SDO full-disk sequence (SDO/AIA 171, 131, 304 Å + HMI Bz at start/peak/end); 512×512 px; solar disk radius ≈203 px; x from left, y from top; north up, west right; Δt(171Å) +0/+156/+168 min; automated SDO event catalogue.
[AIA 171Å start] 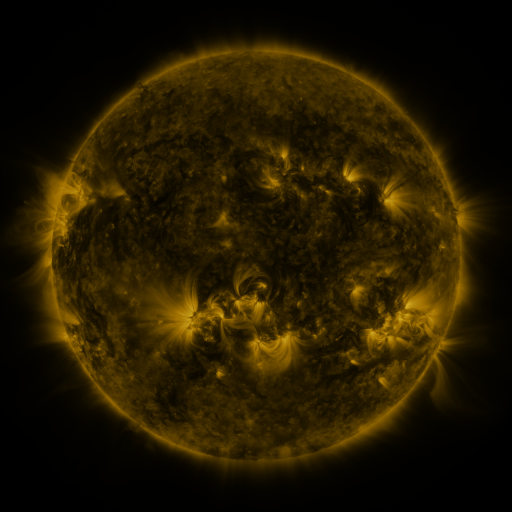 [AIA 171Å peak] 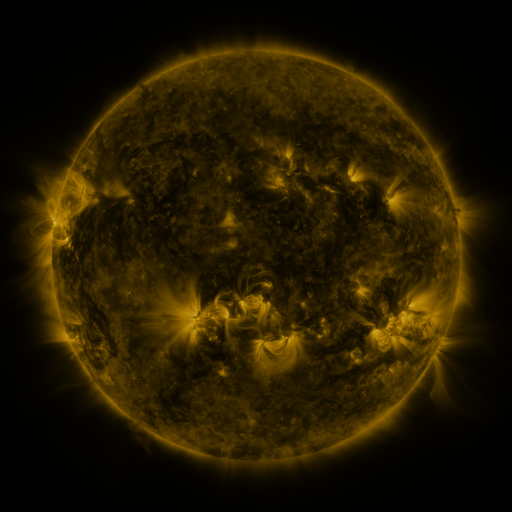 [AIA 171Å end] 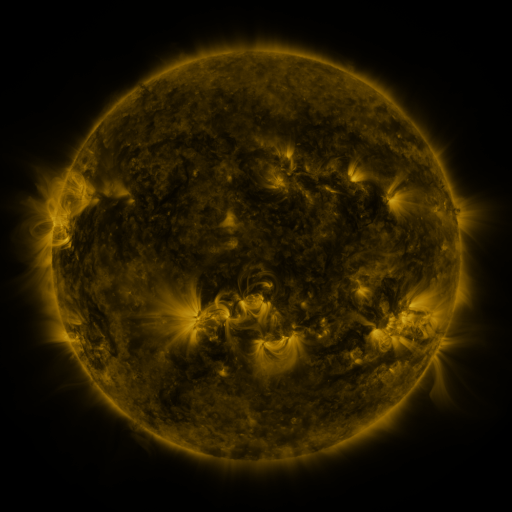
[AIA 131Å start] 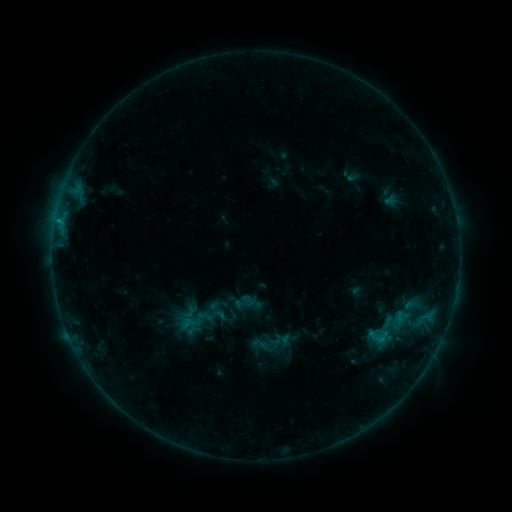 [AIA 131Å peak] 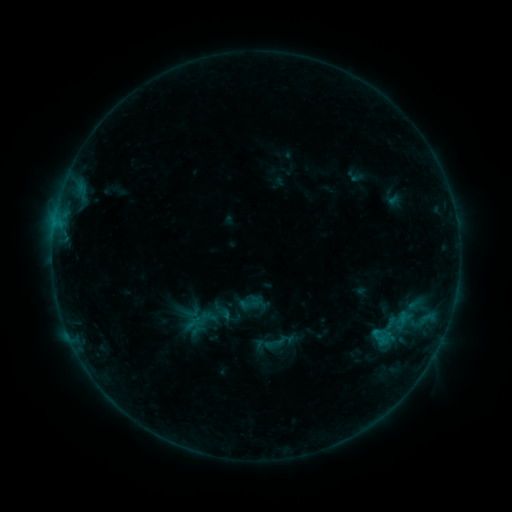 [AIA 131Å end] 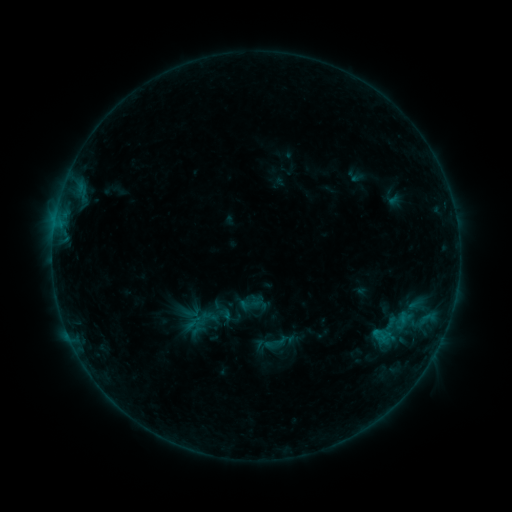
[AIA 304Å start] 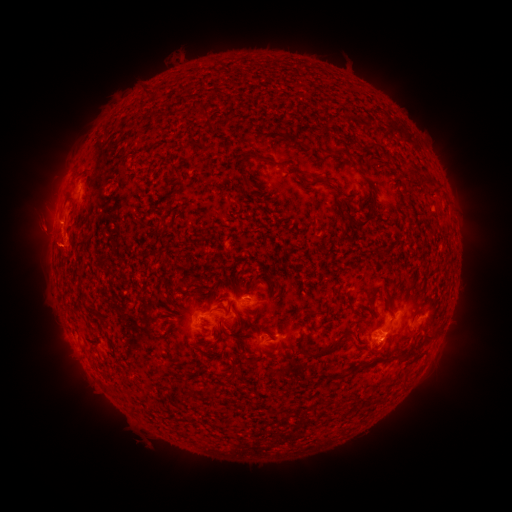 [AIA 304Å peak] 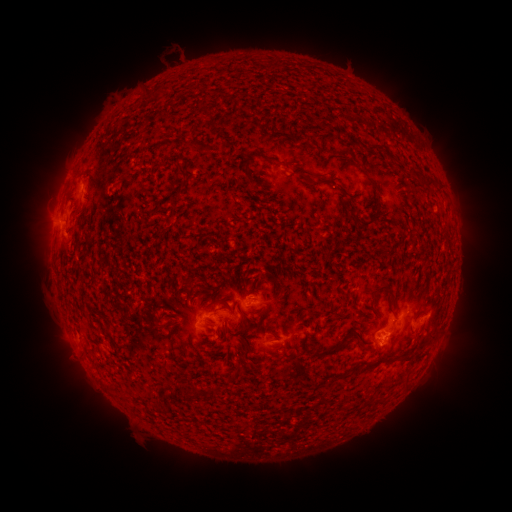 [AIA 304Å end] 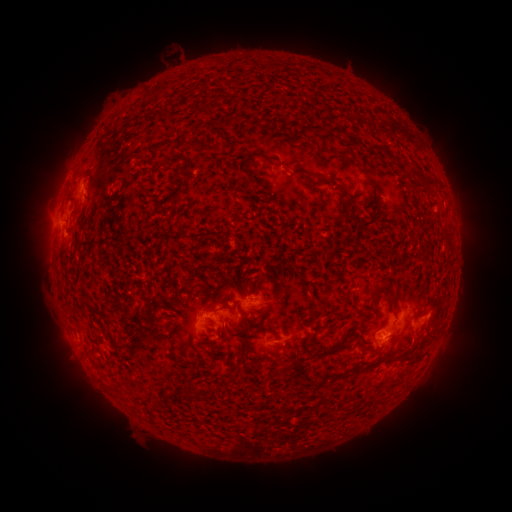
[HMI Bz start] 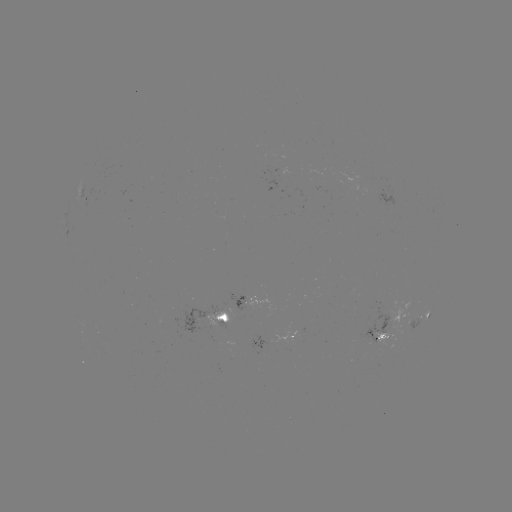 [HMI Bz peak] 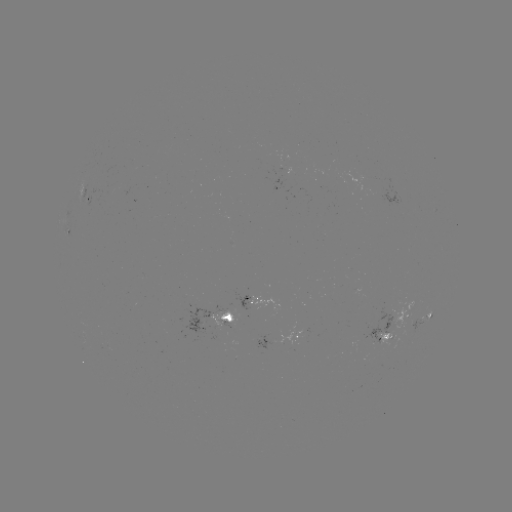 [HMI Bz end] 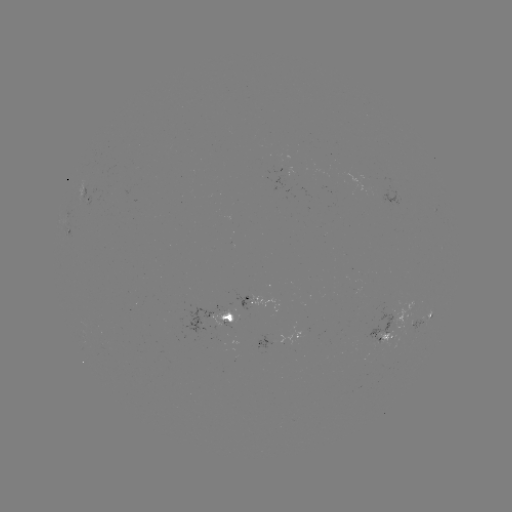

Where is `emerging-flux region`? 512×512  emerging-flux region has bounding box [233, 291, 249, 320].